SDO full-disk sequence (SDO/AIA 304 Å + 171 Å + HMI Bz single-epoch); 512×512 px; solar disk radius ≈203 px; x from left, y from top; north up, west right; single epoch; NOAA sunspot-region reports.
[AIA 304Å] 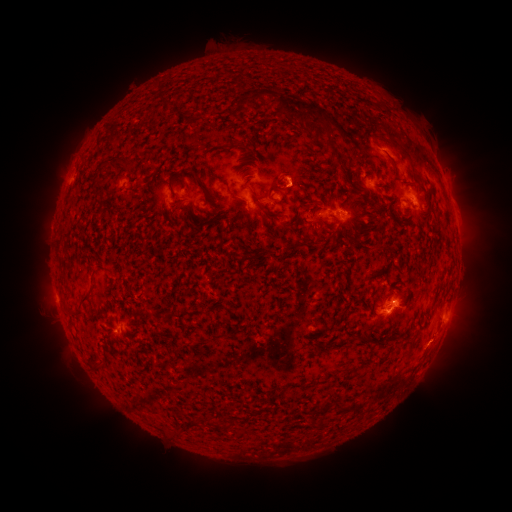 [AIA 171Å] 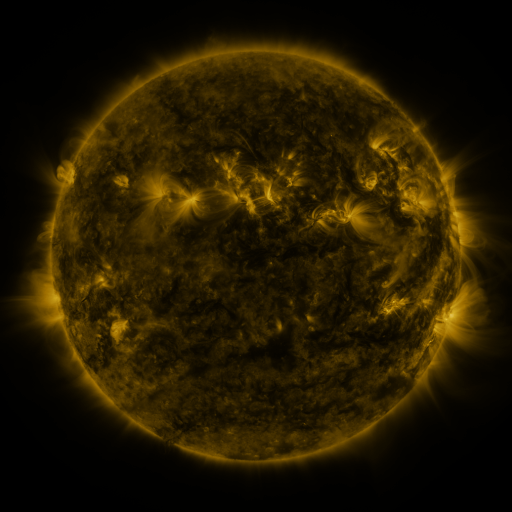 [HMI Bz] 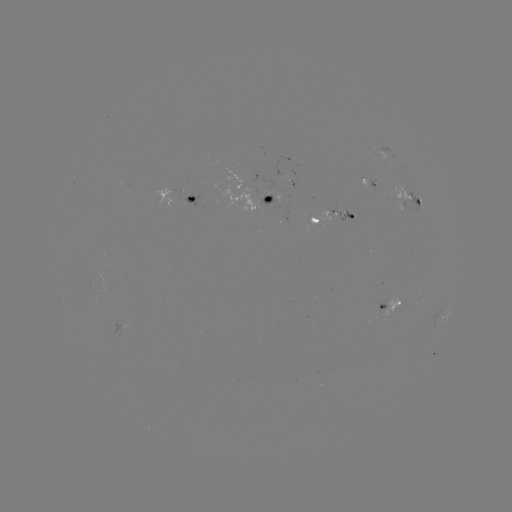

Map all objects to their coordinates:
spotted active region: (272, 172)
spotted active region: (371, 180)
spotted active region: (193, 197)
spotted active region: (410, 198)
spotted active region: (266, 199)
spotted active region: (332, 214)
spotted active region: (384, 304)
